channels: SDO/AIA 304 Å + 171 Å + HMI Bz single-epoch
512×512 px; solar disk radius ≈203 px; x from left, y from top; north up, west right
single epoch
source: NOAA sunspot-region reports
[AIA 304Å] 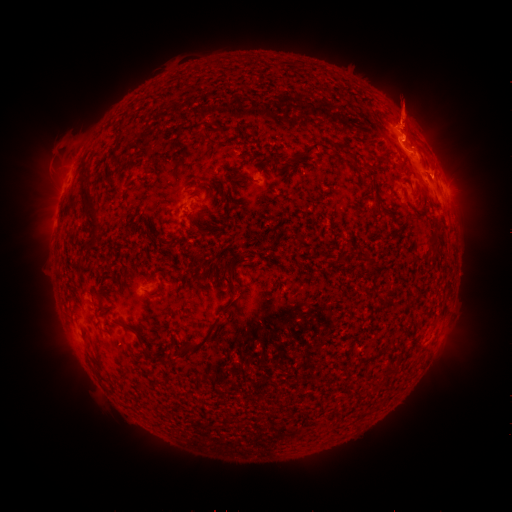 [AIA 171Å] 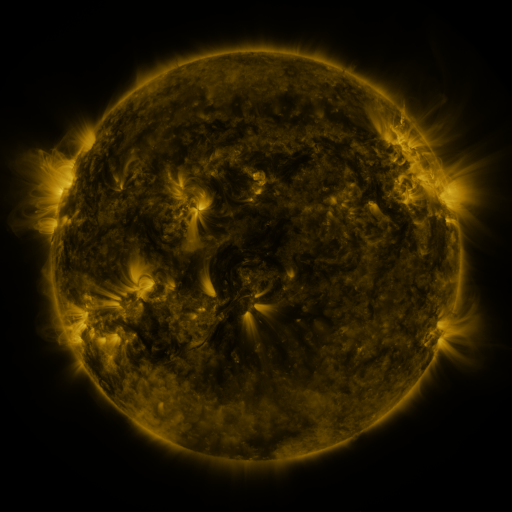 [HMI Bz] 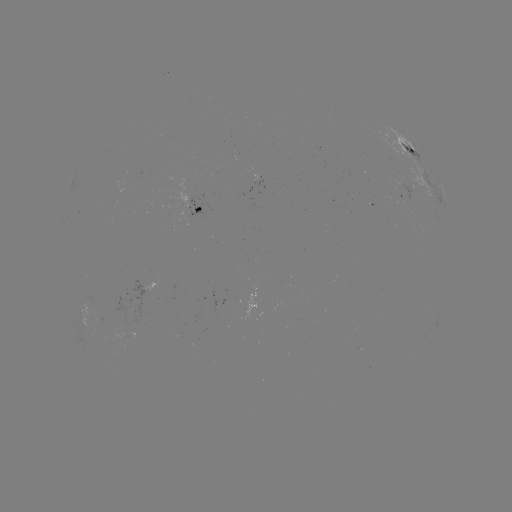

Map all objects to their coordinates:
spotted active region: (414, 158)
spotted active region: (434, 192)
spotted active region: (448, 199)
spotted active region: (404, 200)
spotted active region: (196, 209)
